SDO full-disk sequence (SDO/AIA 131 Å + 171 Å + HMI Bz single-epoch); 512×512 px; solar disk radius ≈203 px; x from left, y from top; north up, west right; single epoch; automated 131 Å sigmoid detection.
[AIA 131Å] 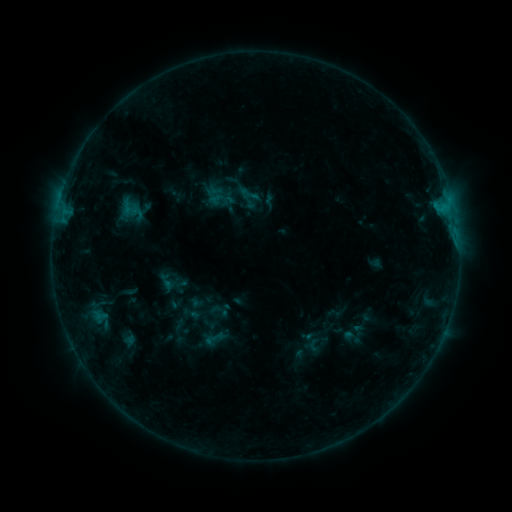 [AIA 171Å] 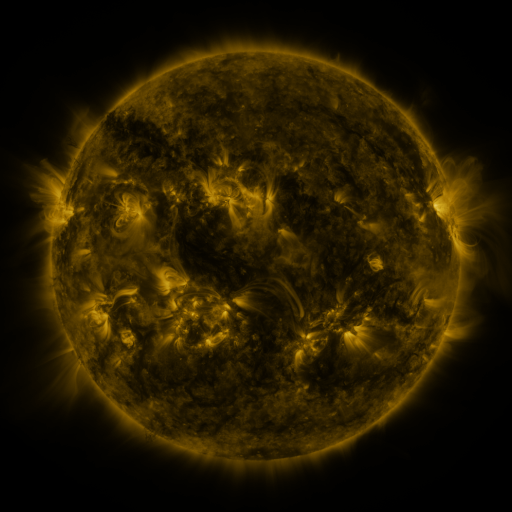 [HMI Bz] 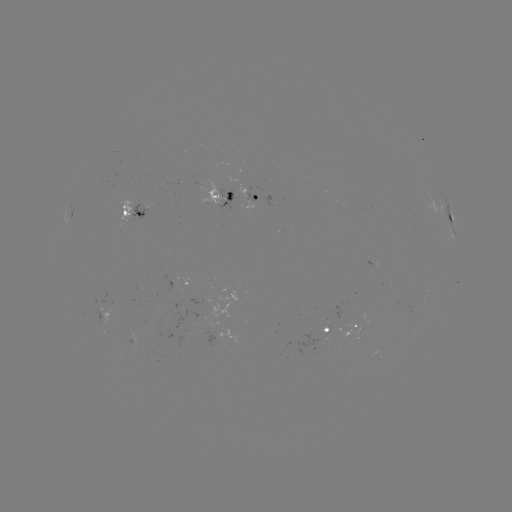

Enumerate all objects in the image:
sigmoid: [239, 183, 262, 206]
sigmoid: [206, 196, 228, 218]
